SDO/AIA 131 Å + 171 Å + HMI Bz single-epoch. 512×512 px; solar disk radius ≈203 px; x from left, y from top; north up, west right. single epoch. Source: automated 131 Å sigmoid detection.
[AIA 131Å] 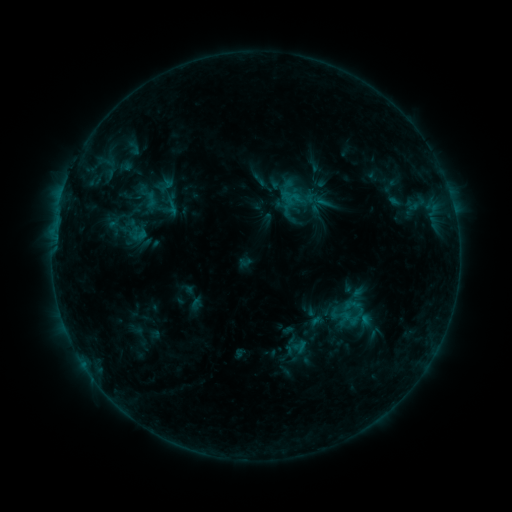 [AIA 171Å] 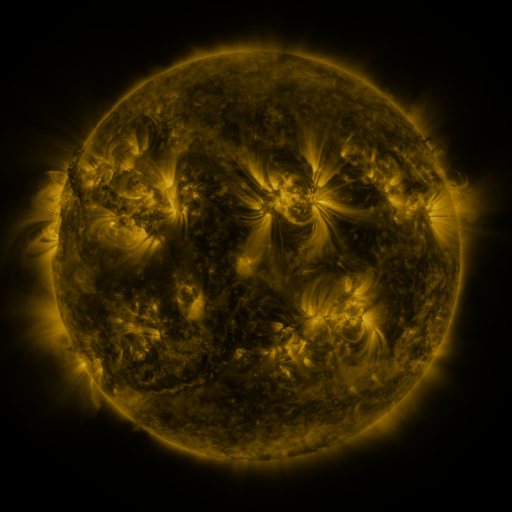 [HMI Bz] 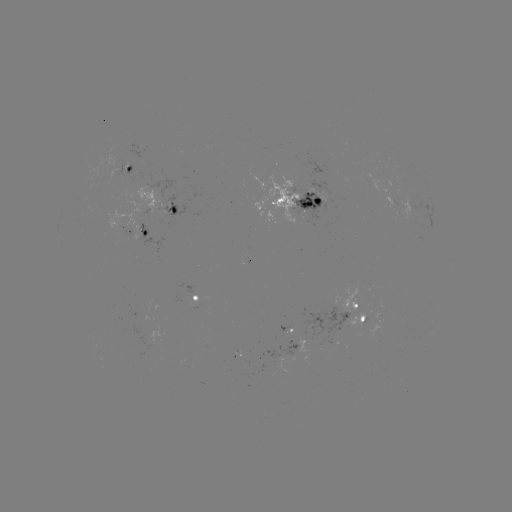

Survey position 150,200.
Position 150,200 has sigmoid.